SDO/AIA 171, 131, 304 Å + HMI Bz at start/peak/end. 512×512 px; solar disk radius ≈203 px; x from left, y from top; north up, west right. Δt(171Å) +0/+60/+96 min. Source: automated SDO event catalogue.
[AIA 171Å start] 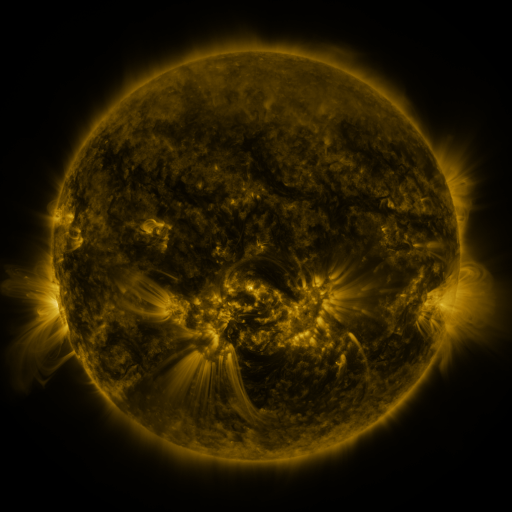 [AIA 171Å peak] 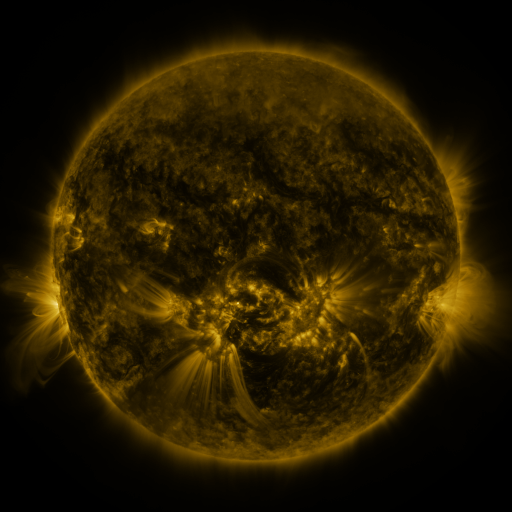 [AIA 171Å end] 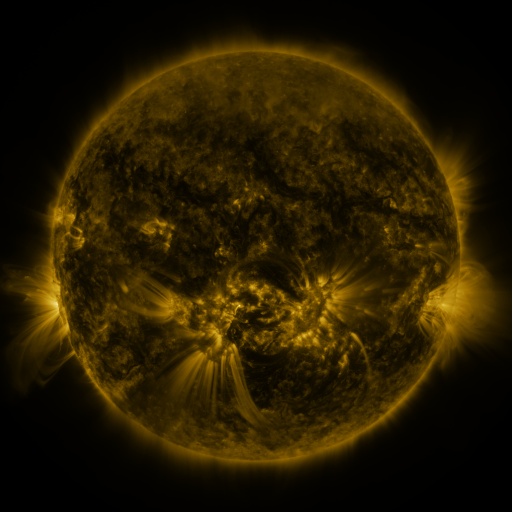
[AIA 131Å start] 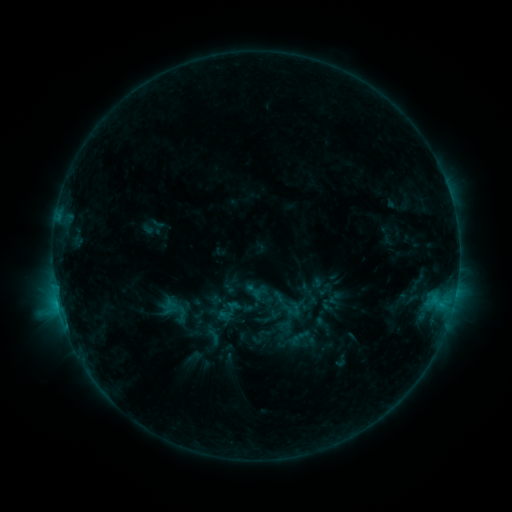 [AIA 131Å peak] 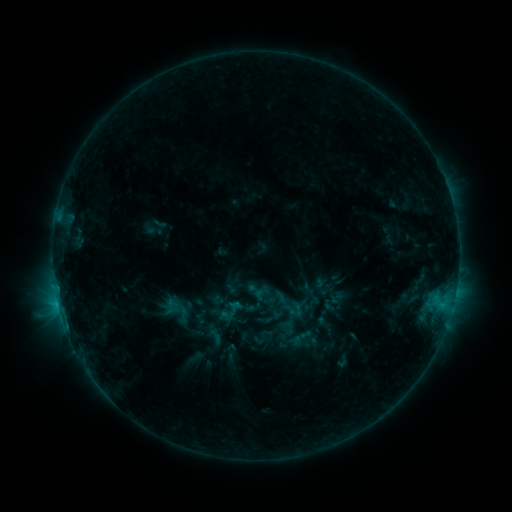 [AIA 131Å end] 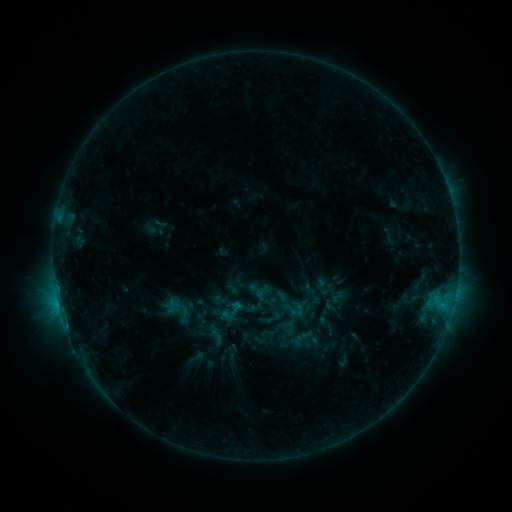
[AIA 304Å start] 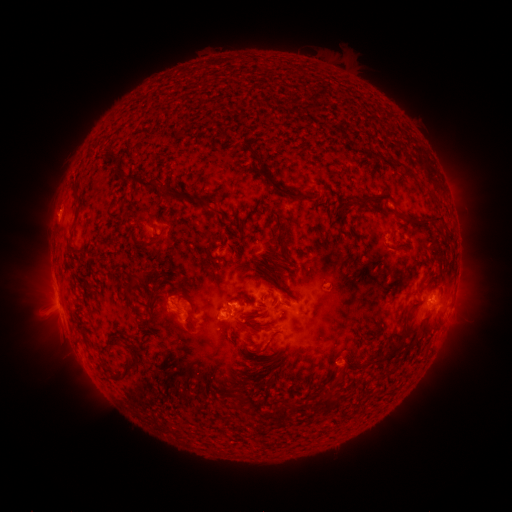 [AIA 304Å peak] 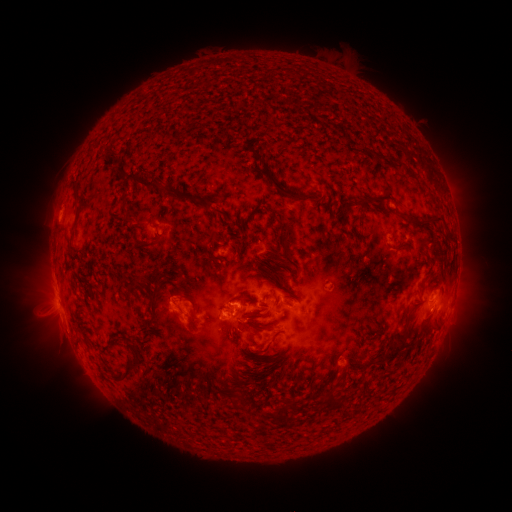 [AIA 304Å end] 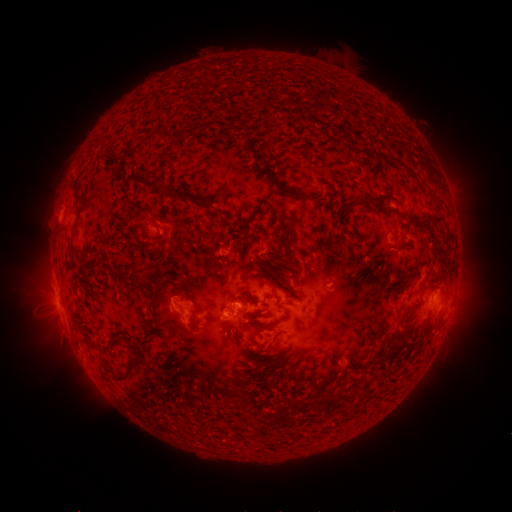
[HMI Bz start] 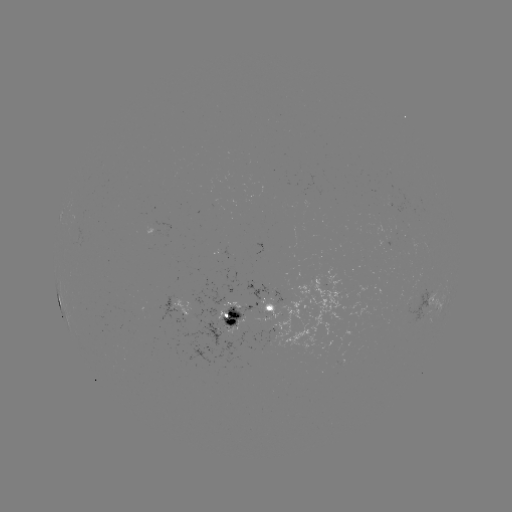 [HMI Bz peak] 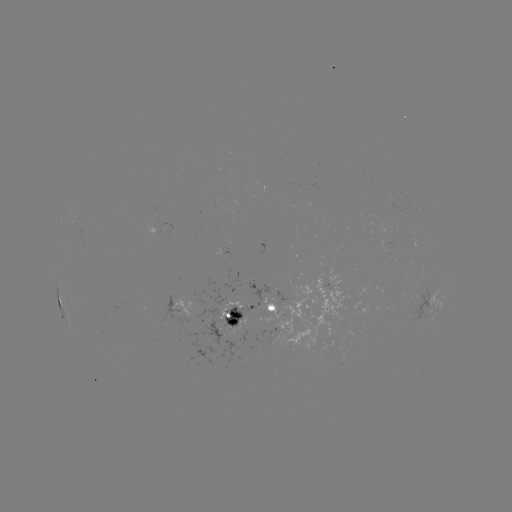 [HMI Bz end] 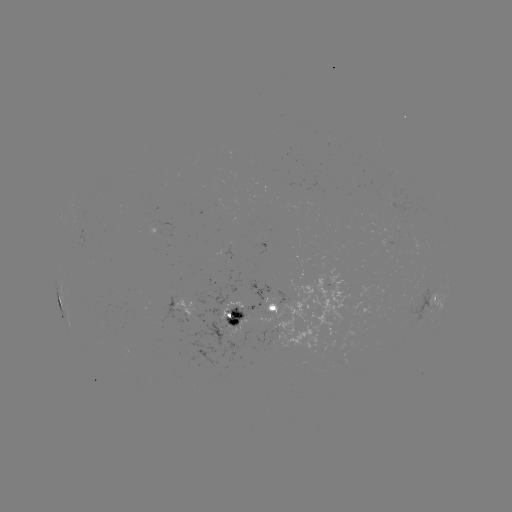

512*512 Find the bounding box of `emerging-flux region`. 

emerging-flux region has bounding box [377, 236, 391, 244].